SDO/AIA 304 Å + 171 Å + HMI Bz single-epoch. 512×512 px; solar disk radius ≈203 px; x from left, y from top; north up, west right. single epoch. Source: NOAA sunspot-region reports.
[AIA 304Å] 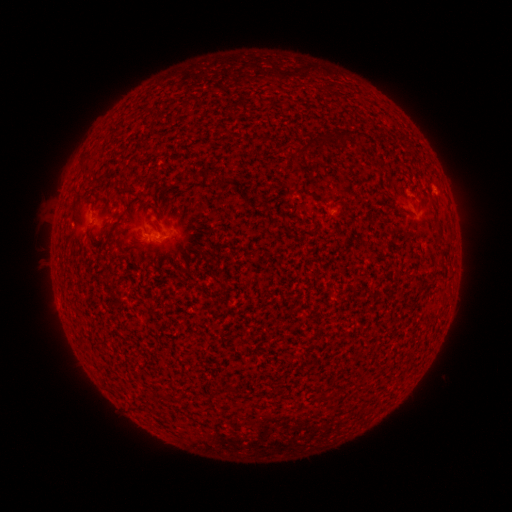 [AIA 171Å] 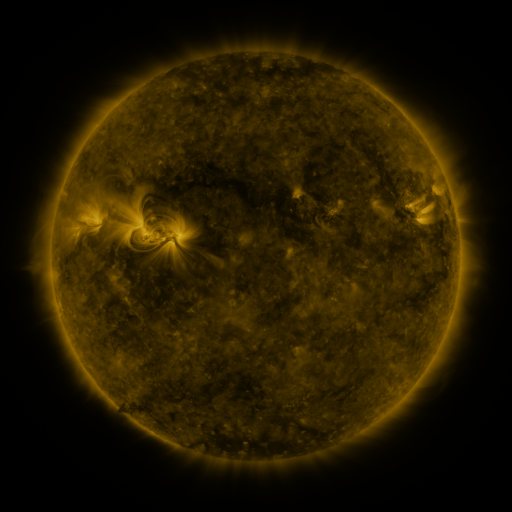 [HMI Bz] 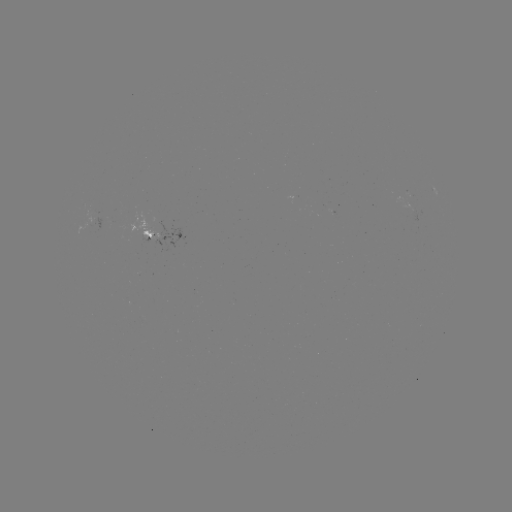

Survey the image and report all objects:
spotted active region: (167, 234)
